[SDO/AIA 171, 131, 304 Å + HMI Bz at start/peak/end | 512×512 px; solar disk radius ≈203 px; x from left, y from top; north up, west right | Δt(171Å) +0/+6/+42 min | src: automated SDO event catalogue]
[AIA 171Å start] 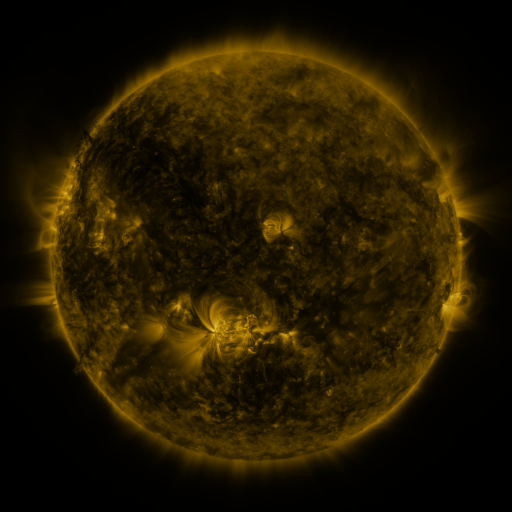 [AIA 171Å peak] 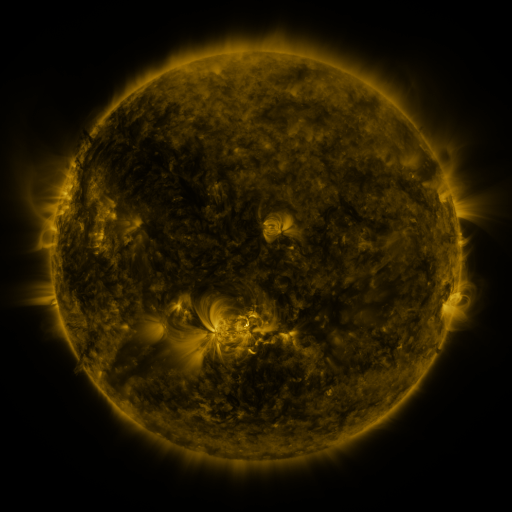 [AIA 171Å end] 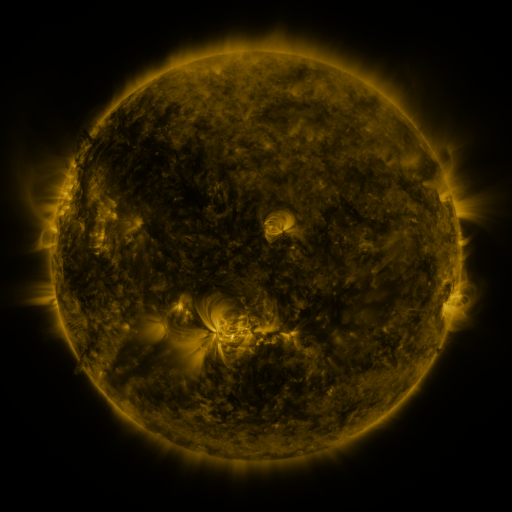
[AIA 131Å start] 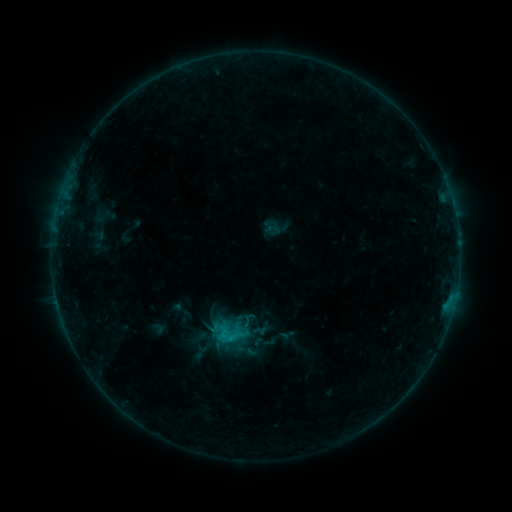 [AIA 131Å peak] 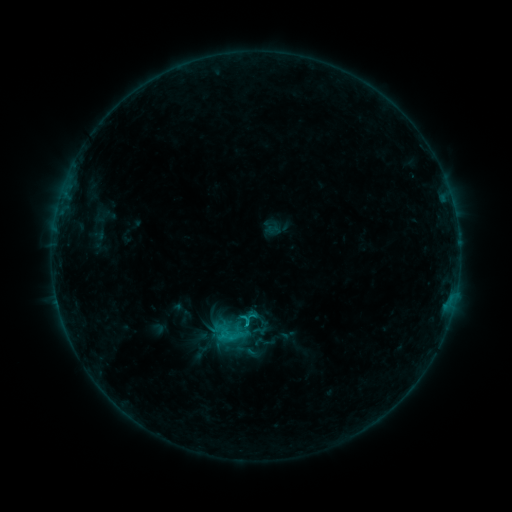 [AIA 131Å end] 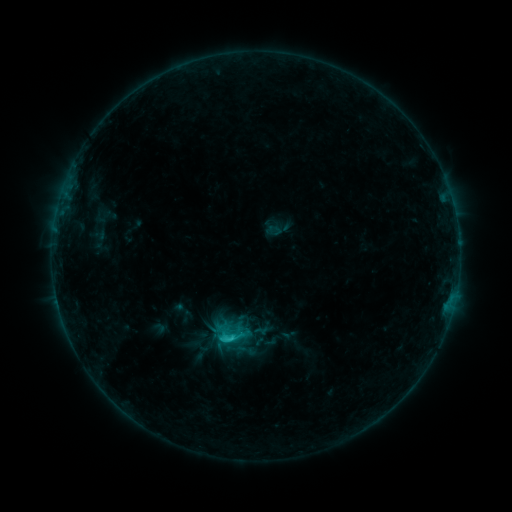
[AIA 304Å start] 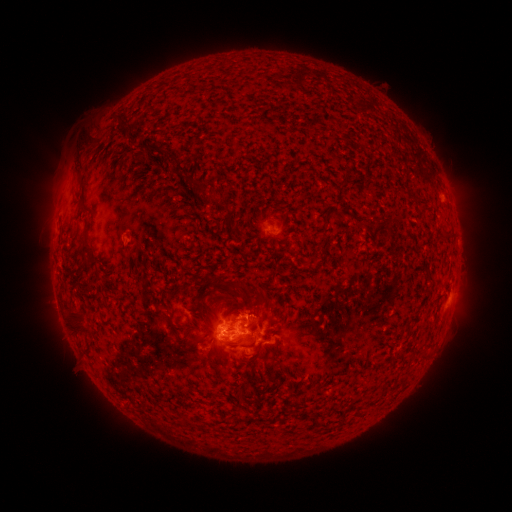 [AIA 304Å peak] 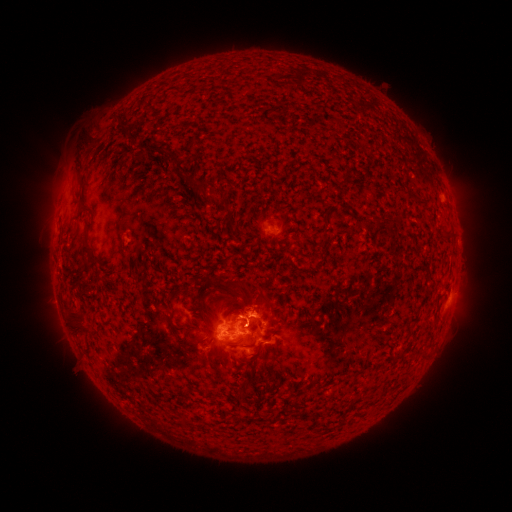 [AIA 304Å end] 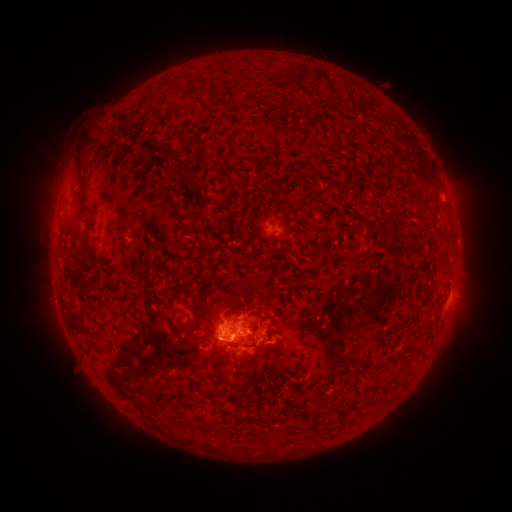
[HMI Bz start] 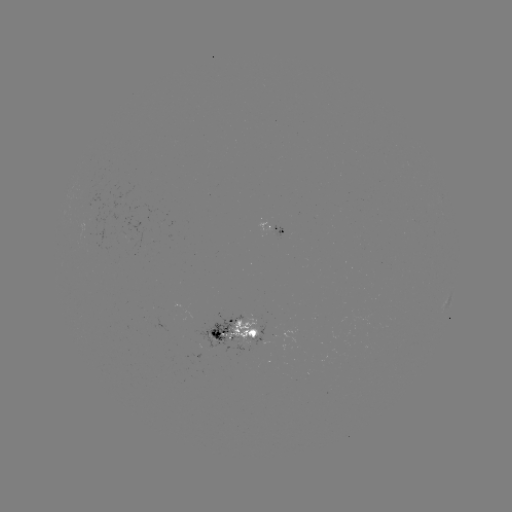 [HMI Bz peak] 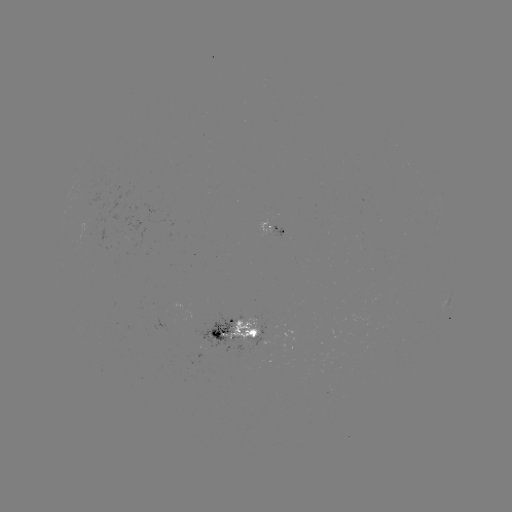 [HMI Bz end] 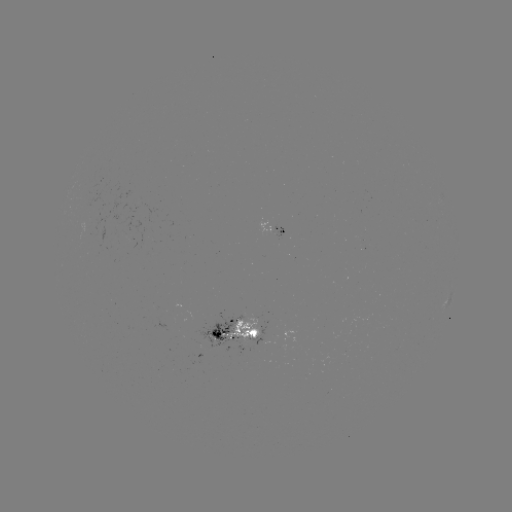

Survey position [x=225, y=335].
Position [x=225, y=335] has C6.6 flare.